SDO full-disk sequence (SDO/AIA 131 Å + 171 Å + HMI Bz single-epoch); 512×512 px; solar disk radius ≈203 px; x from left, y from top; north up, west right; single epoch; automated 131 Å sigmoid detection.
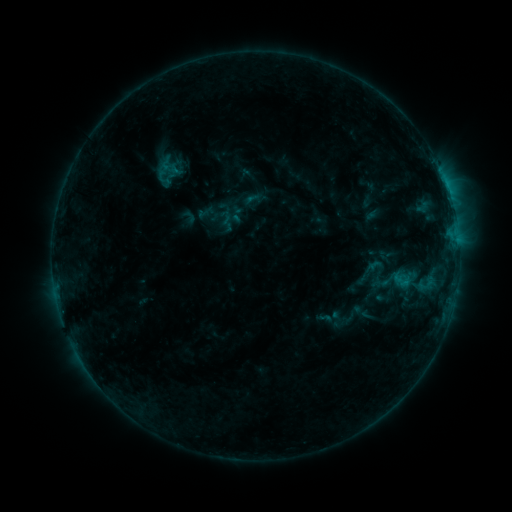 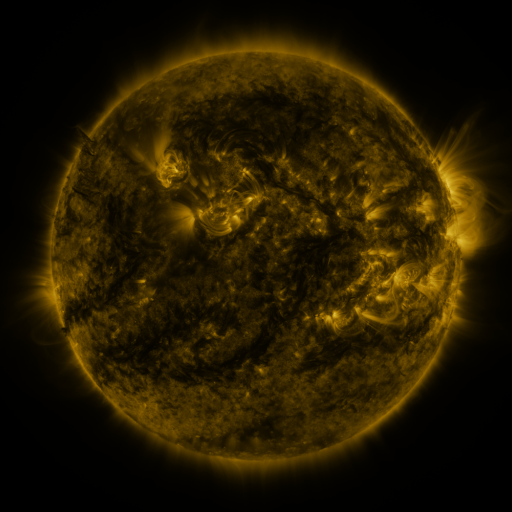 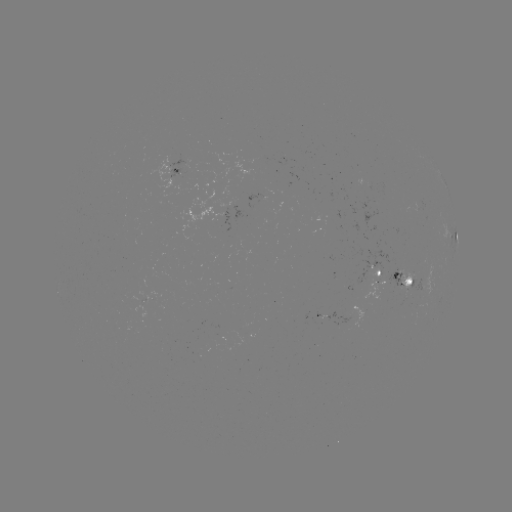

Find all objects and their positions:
sigmoid: [149, 152, 187, 190]
sigmoid: [343, 304, 365, 328]
